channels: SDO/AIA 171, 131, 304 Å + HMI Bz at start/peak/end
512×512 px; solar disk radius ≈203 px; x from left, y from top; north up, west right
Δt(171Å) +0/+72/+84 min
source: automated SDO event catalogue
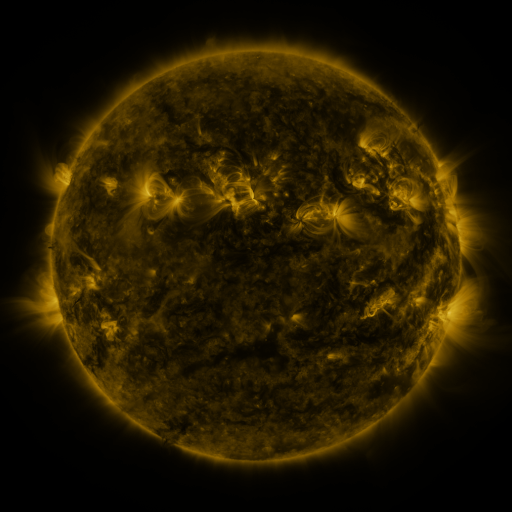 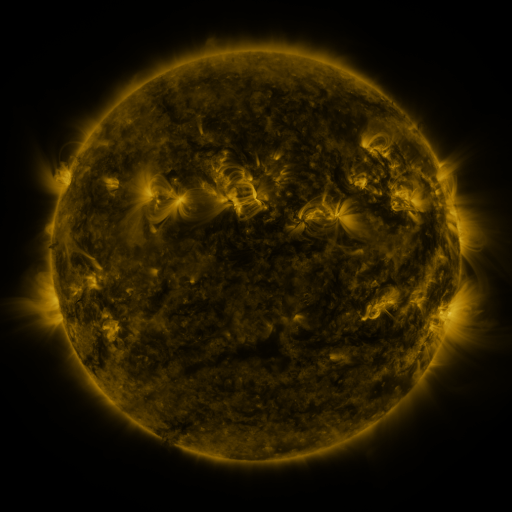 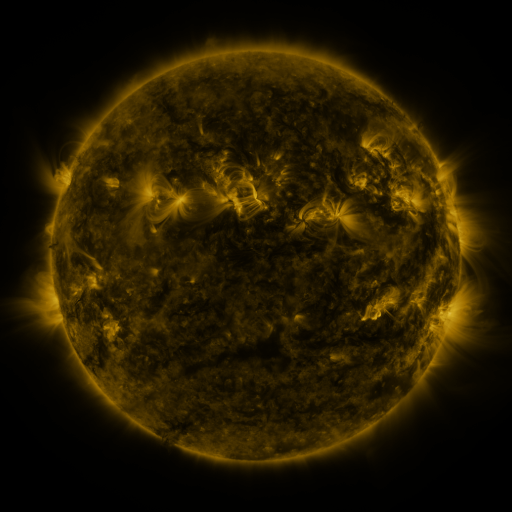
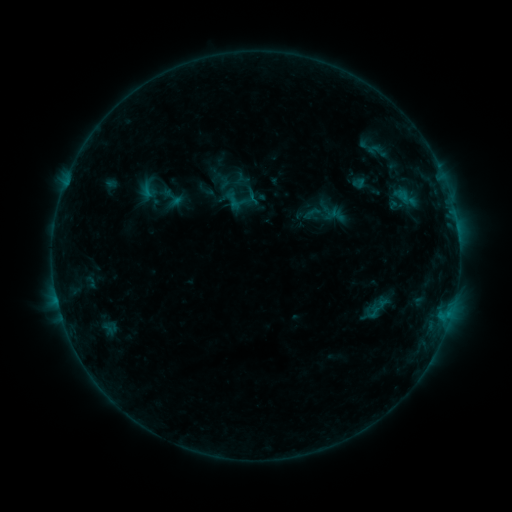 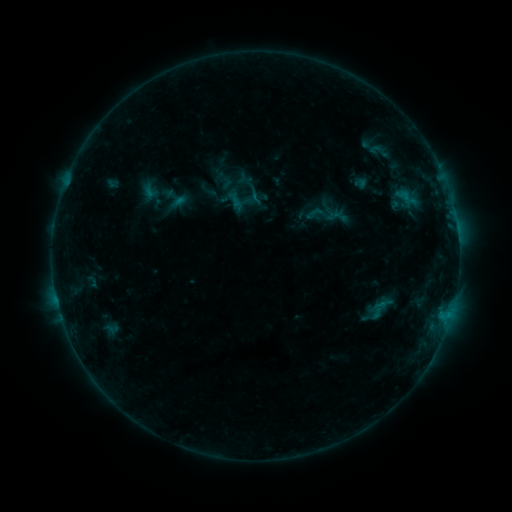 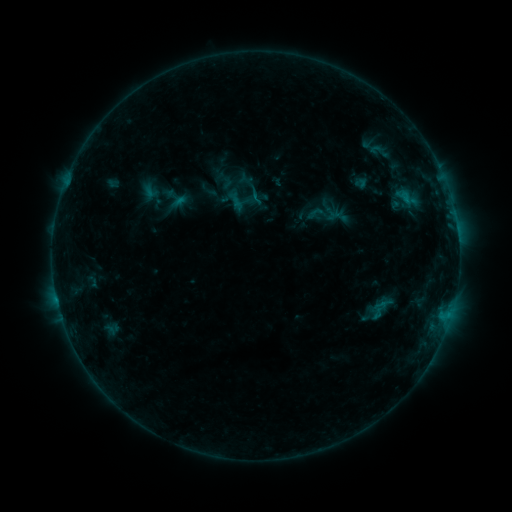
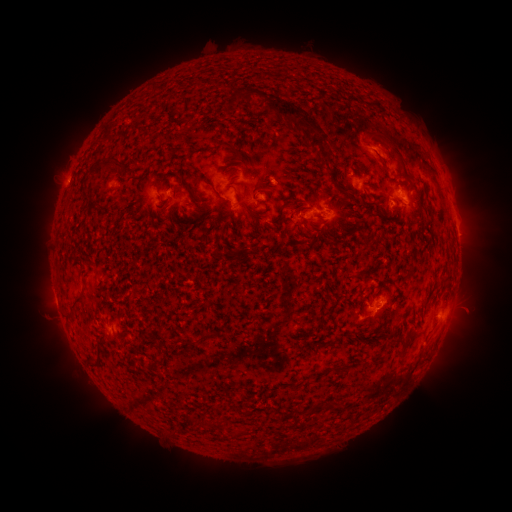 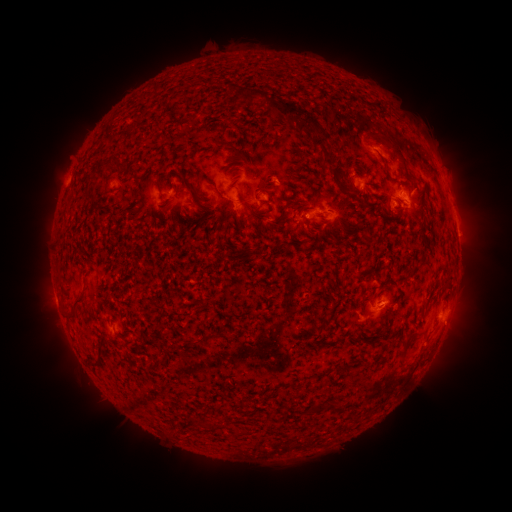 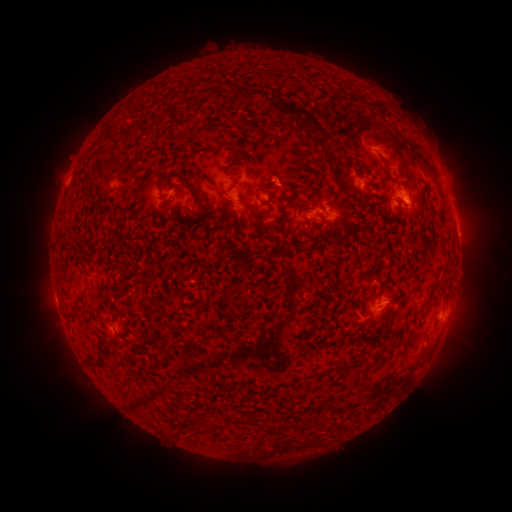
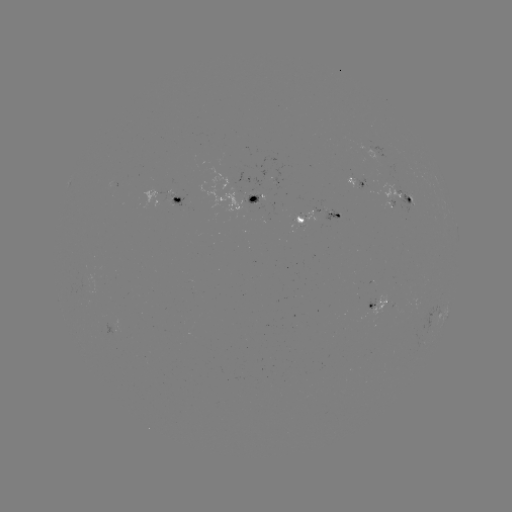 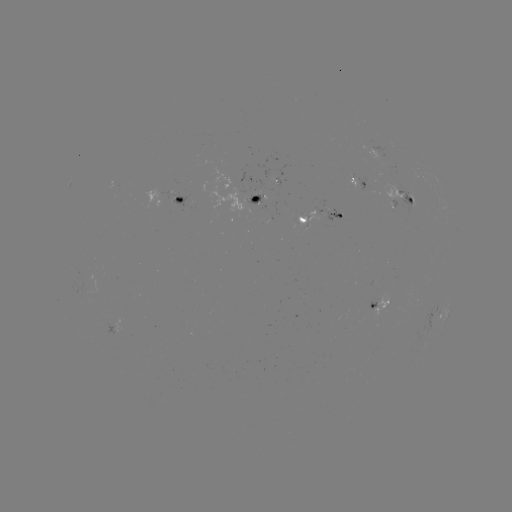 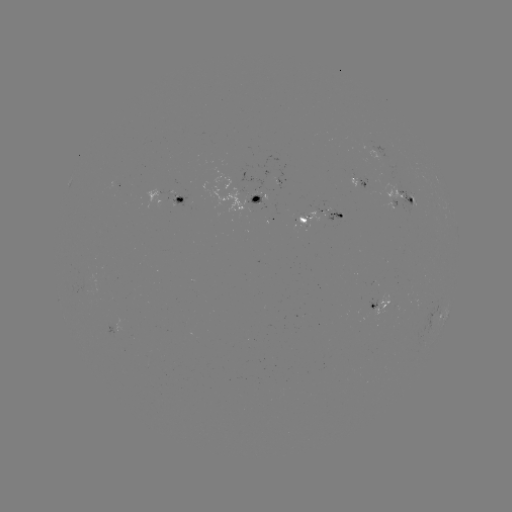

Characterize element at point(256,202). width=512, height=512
emerging-flux region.